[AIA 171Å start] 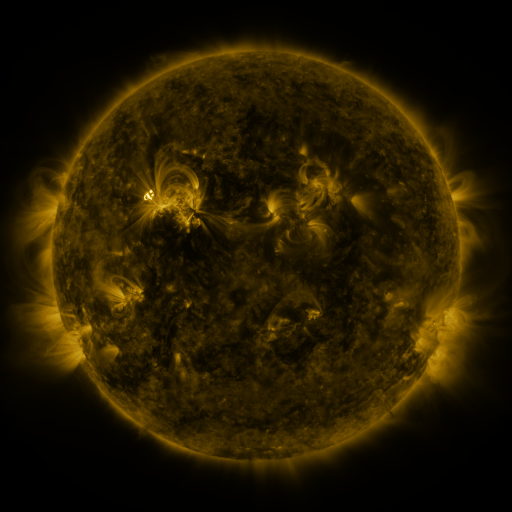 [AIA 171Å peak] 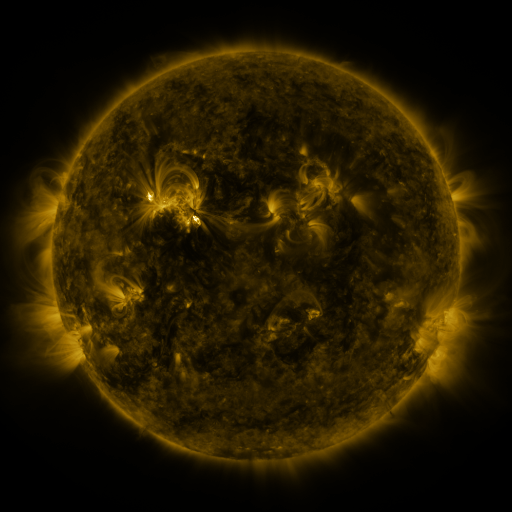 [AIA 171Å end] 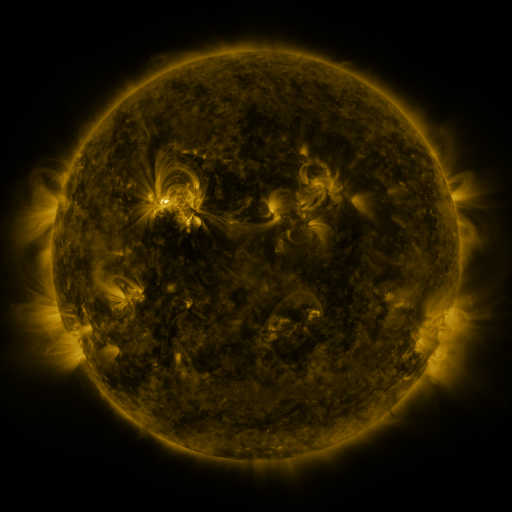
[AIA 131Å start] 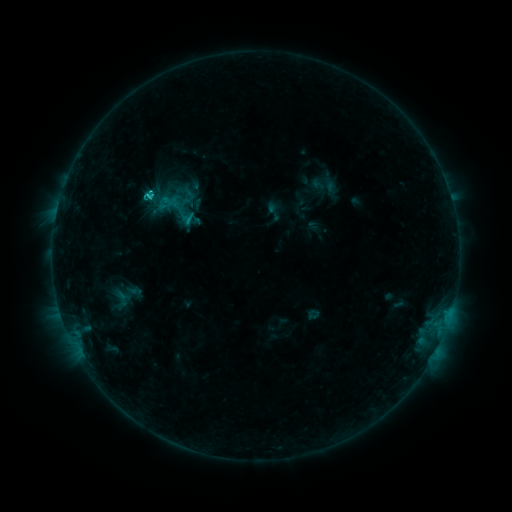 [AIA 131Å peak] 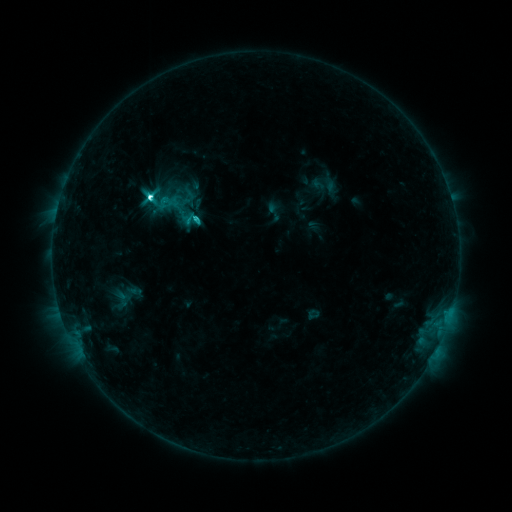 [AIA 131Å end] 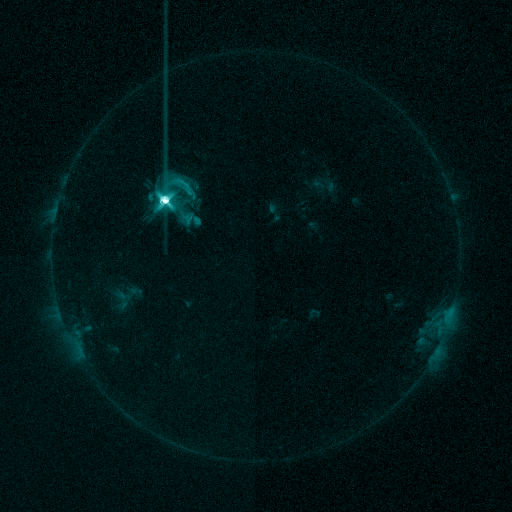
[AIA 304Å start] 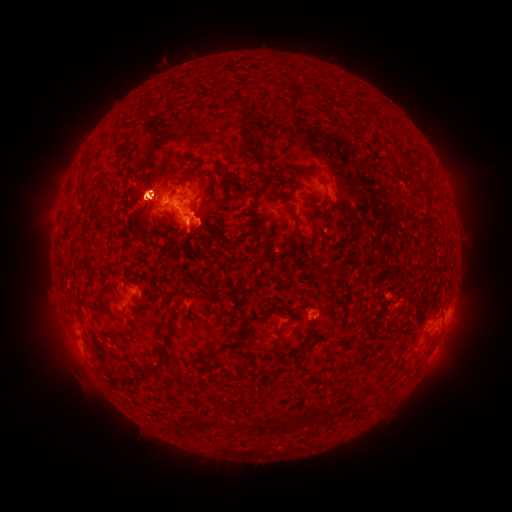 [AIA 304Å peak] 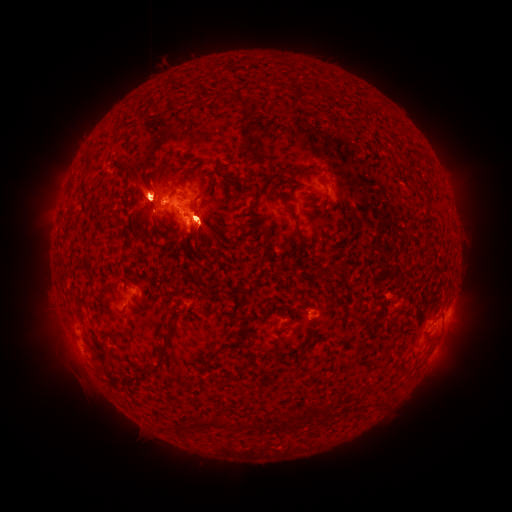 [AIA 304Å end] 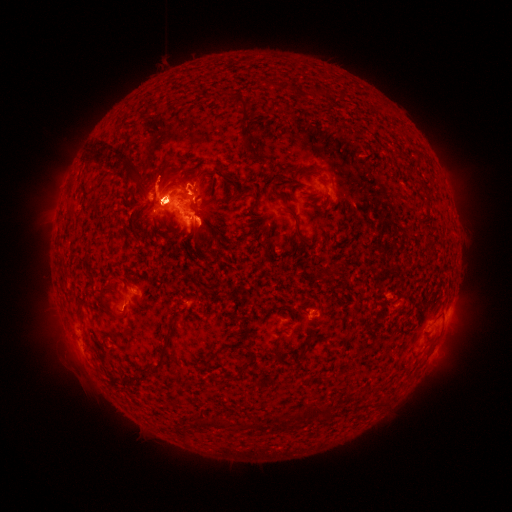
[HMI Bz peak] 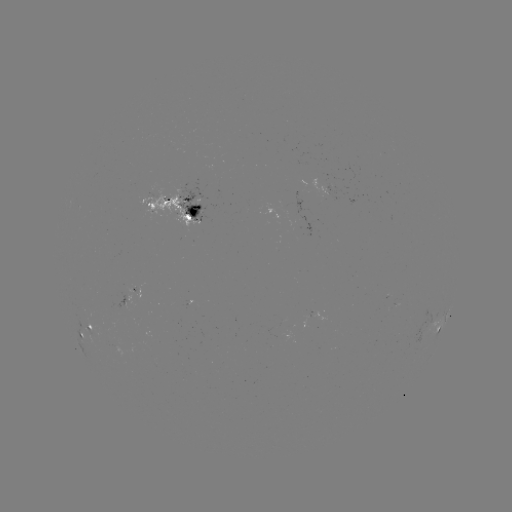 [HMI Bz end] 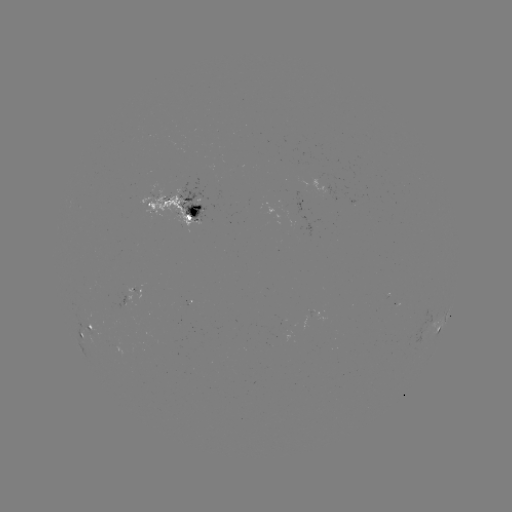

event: eruption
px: (458, 336)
